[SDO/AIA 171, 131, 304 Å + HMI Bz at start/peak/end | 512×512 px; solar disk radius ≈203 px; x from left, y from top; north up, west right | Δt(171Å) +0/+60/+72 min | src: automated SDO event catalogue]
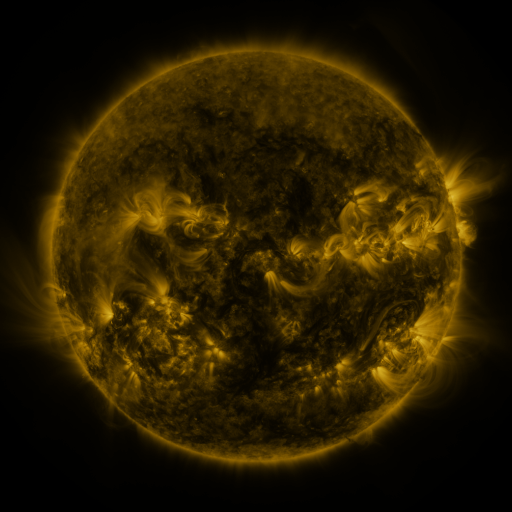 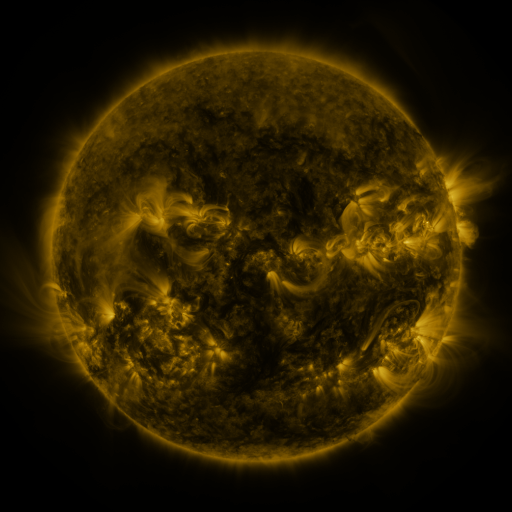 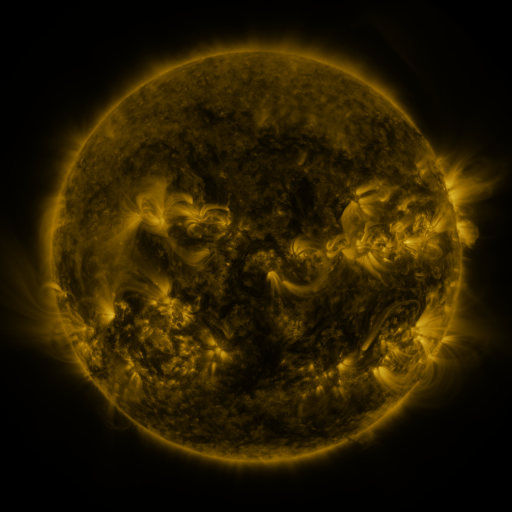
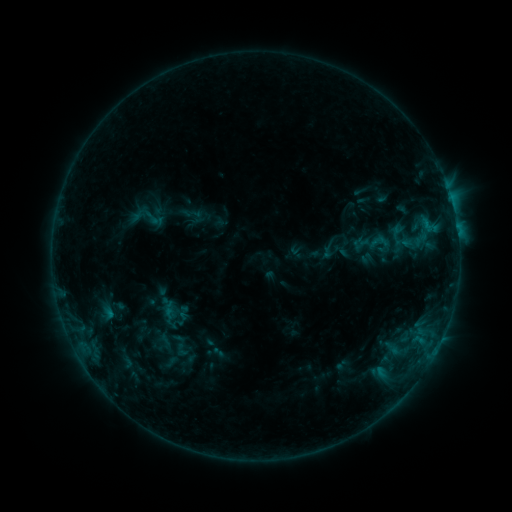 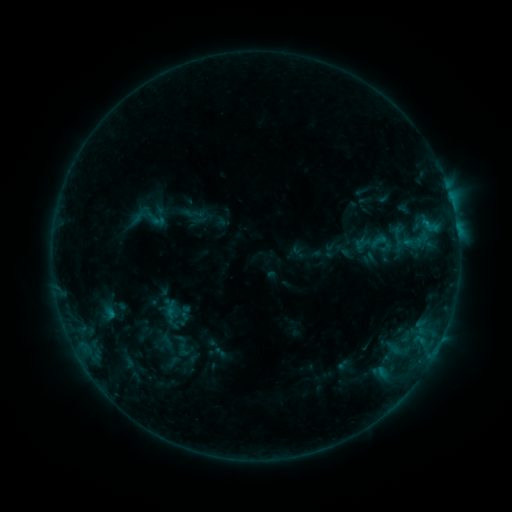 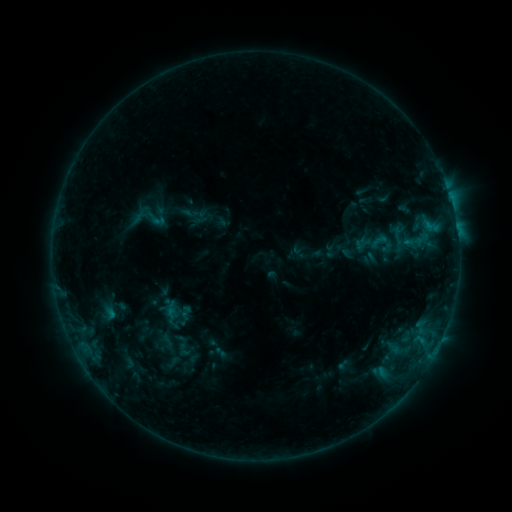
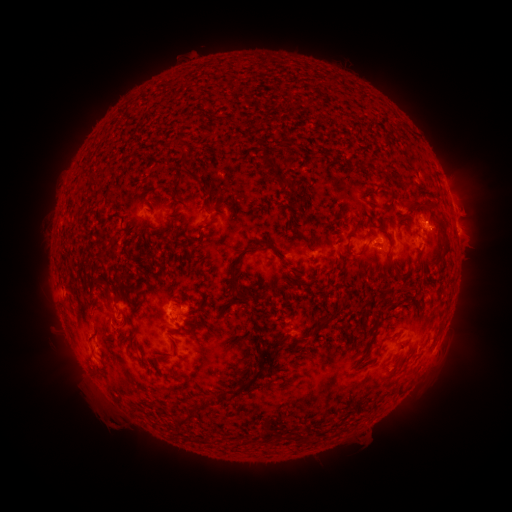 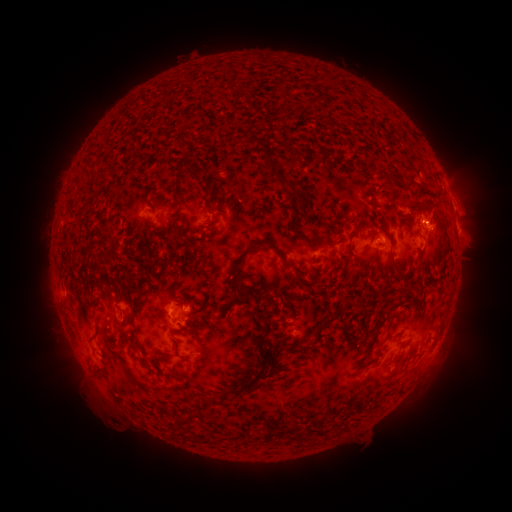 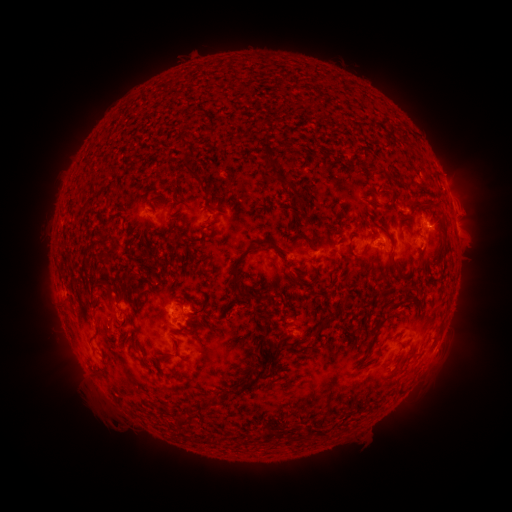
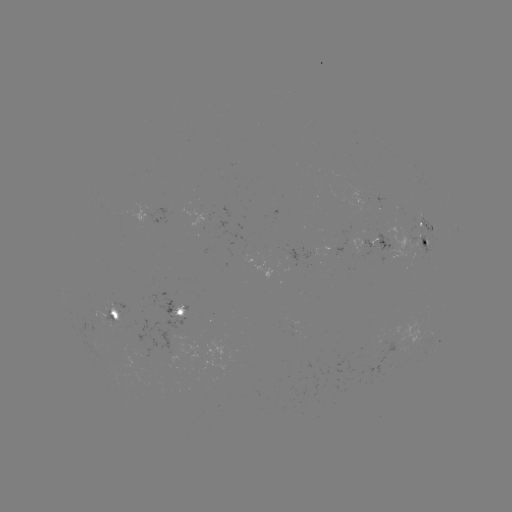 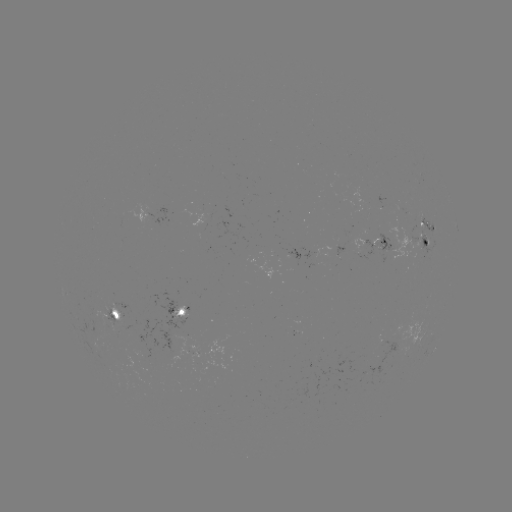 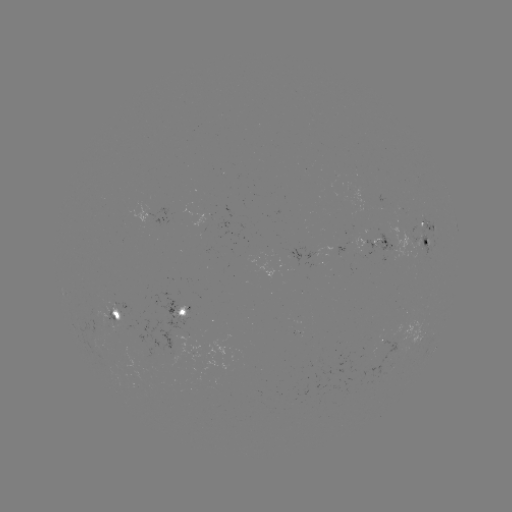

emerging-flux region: [397, 211, 425, 227]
